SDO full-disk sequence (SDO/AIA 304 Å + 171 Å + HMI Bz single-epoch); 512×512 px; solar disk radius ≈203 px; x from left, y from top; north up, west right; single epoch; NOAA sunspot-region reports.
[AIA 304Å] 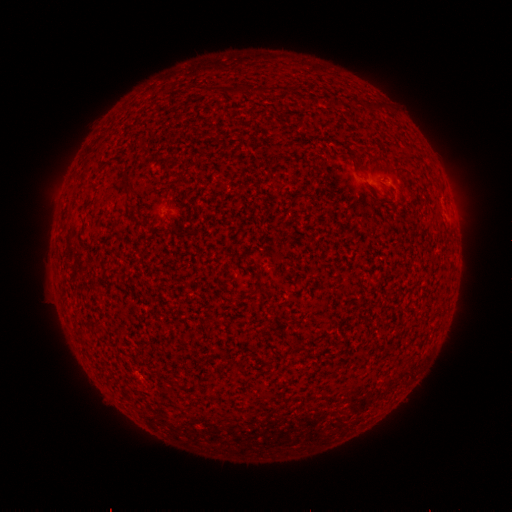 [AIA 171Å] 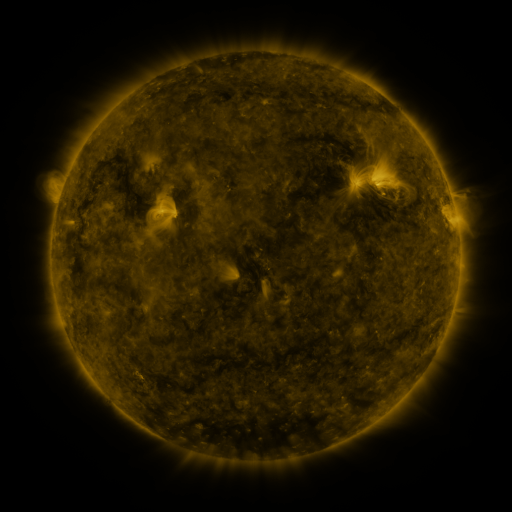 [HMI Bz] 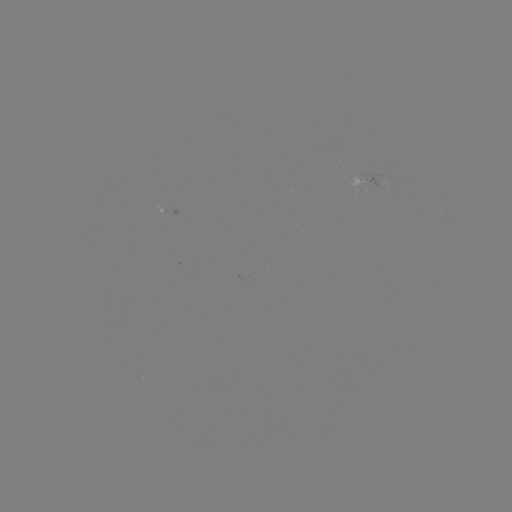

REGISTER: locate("spotted active region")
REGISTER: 377,184